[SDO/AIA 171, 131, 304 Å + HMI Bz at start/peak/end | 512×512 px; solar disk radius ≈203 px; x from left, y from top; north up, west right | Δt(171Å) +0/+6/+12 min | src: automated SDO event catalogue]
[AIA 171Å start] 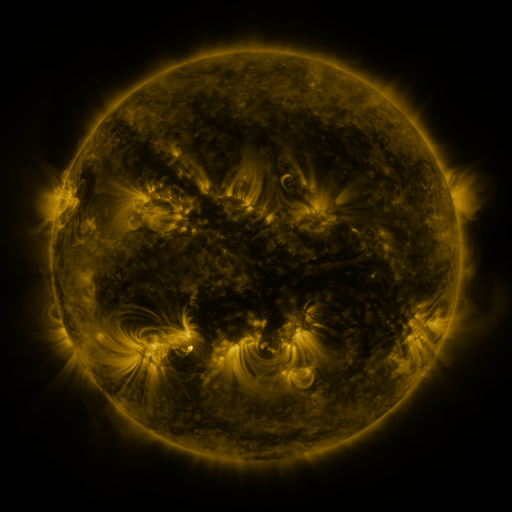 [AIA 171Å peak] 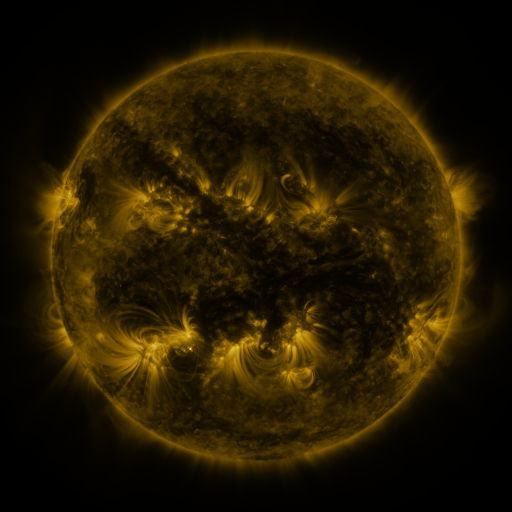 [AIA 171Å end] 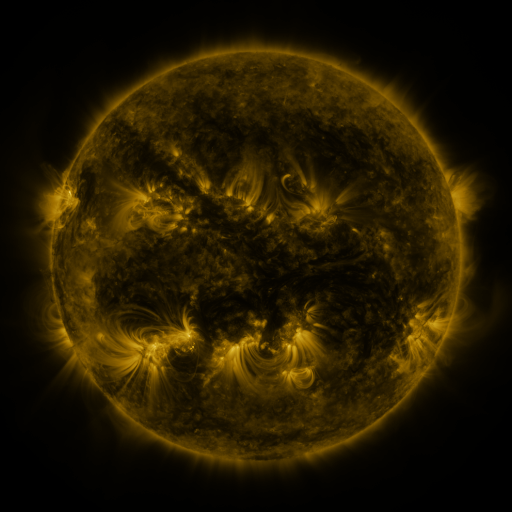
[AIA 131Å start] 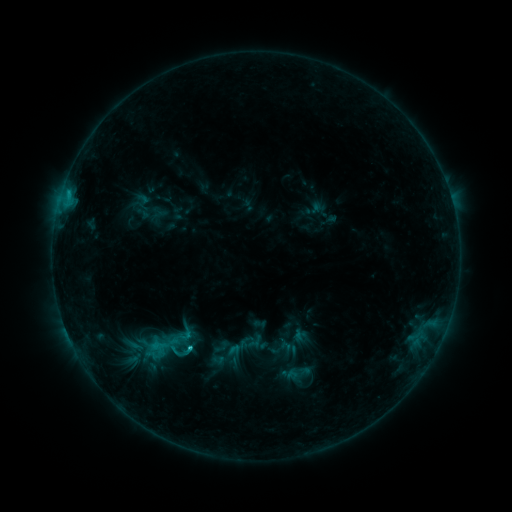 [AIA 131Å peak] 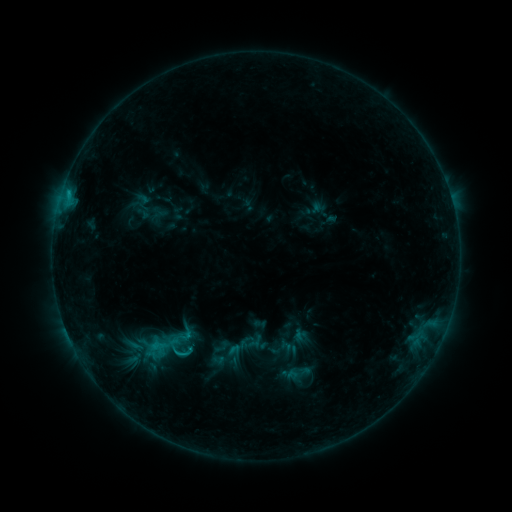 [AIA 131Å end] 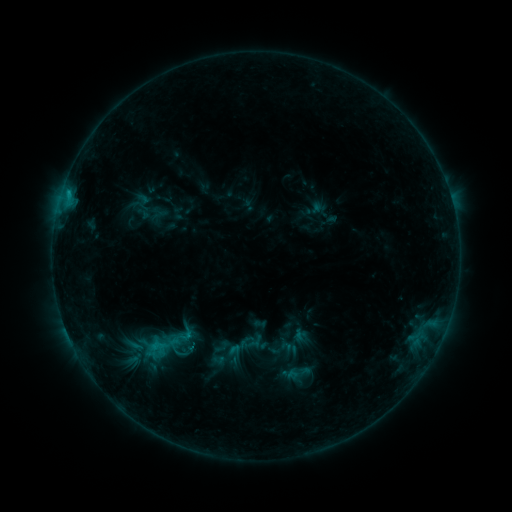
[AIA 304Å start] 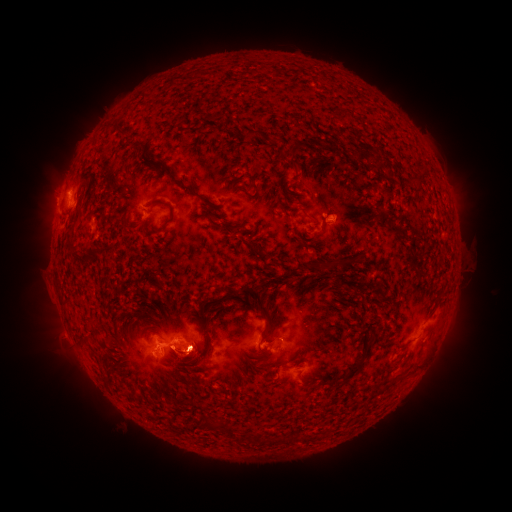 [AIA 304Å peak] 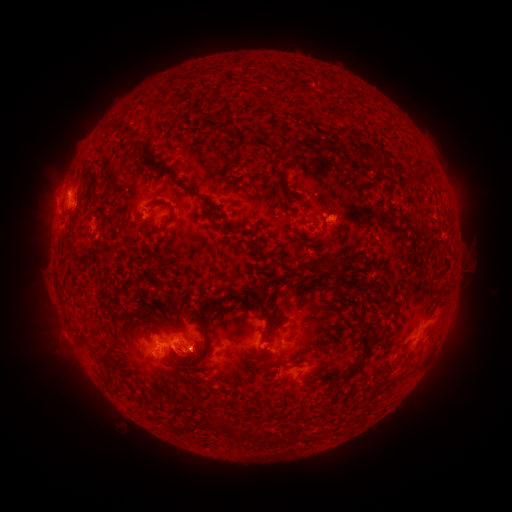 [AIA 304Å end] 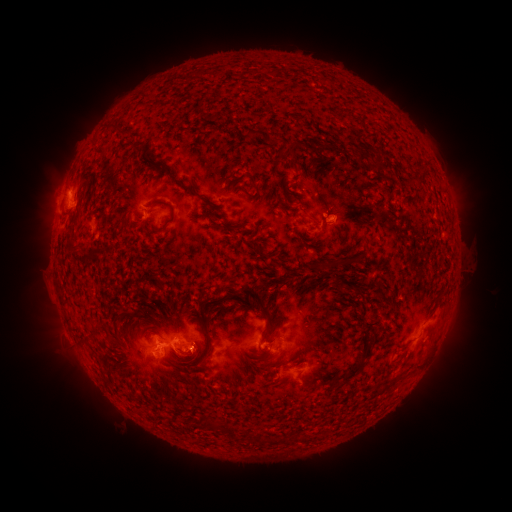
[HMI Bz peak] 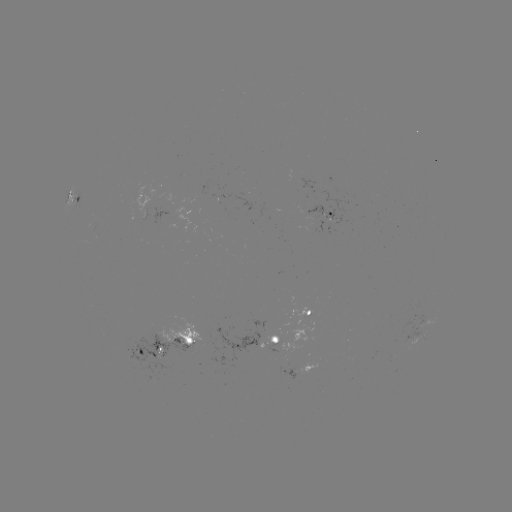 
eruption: (26, 85, 144, 238)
